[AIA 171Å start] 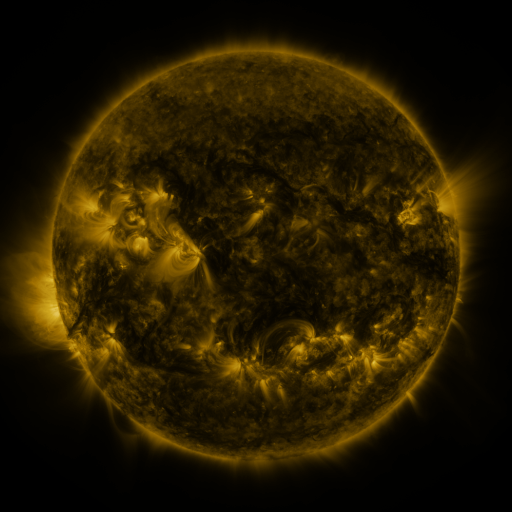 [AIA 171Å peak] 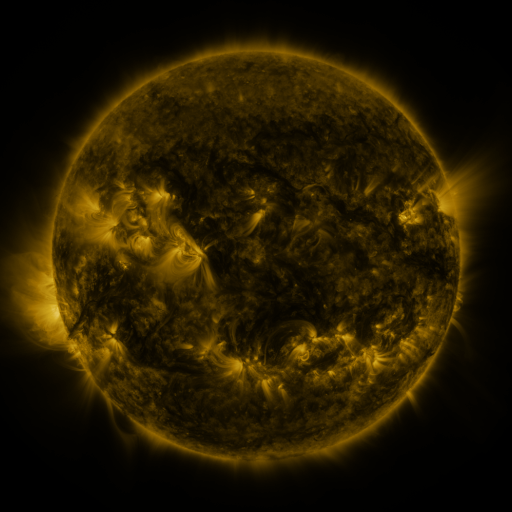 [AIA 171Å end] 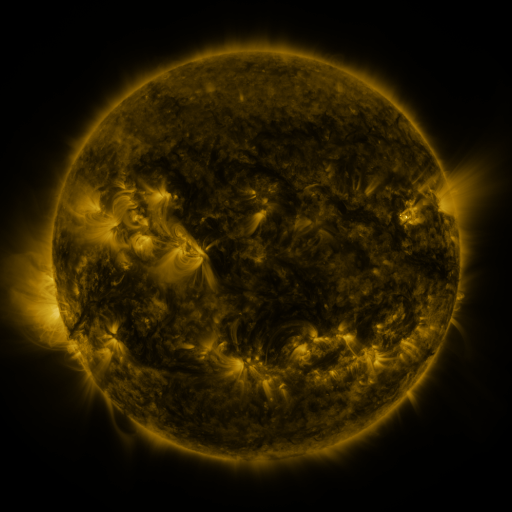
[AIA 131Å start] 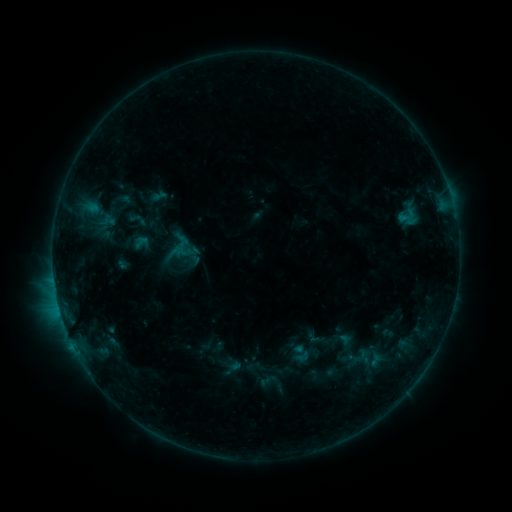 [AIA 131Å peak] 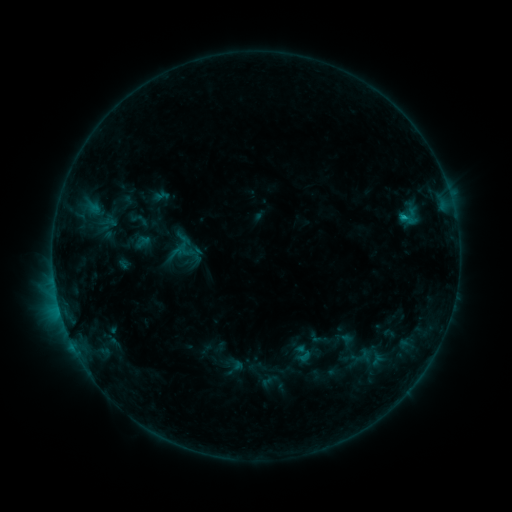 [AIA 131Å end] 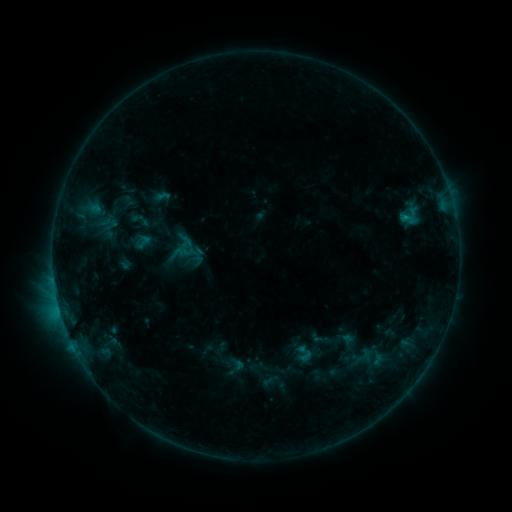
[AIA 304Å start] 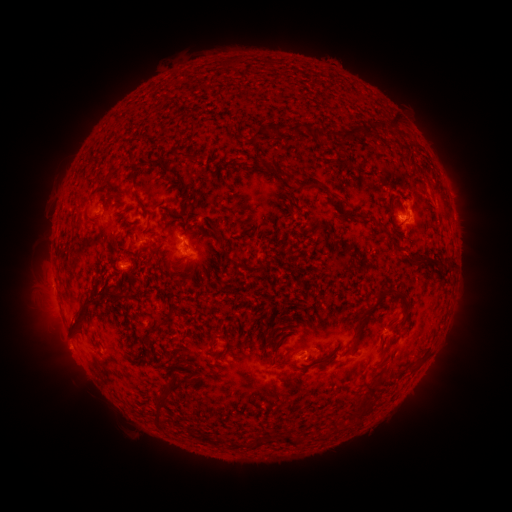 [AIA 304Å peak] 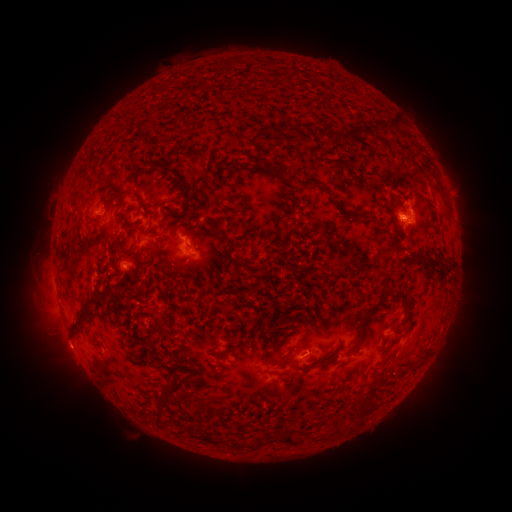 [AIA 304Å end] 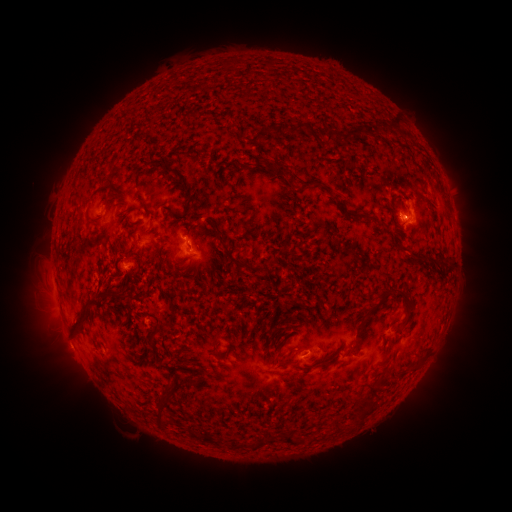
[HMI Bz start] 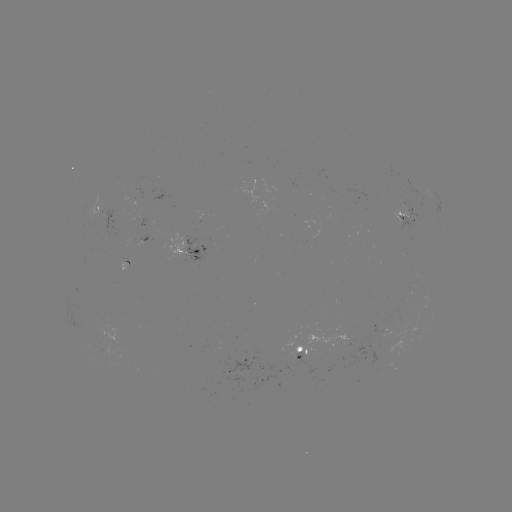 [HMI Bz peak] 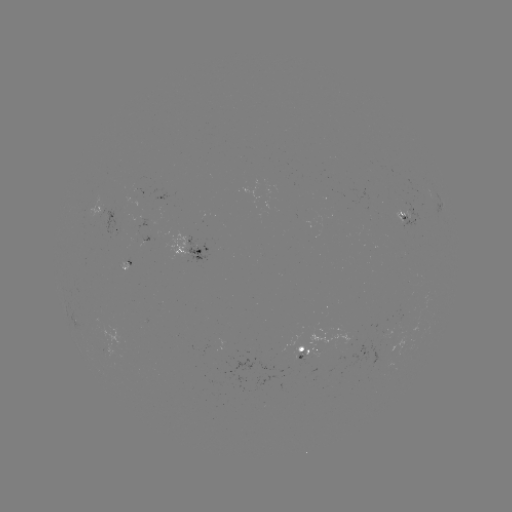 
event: emerging-flux region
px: (141, 219)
